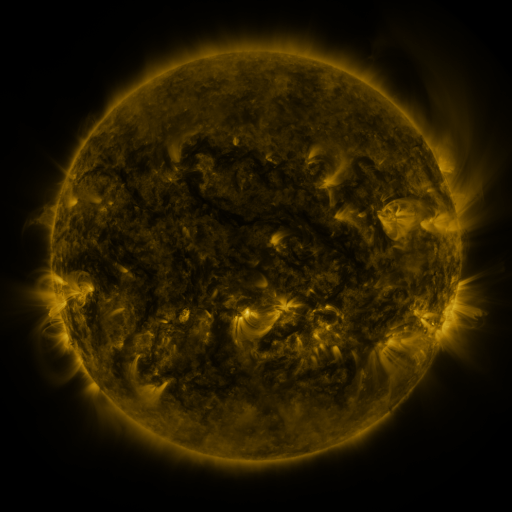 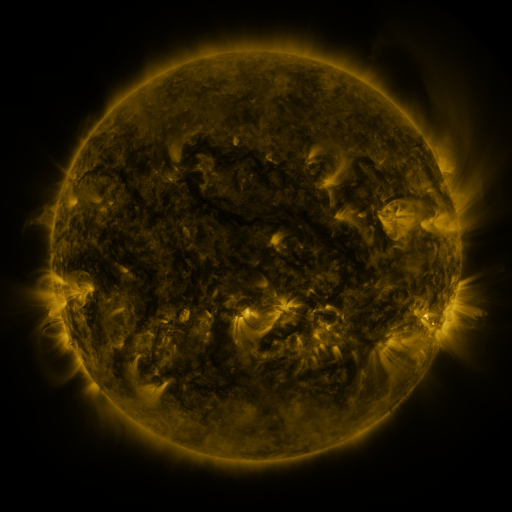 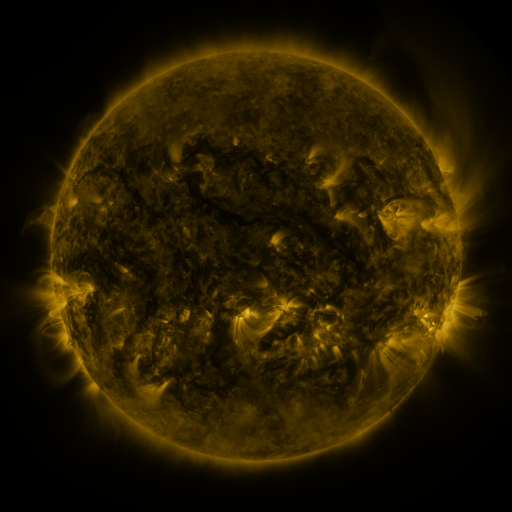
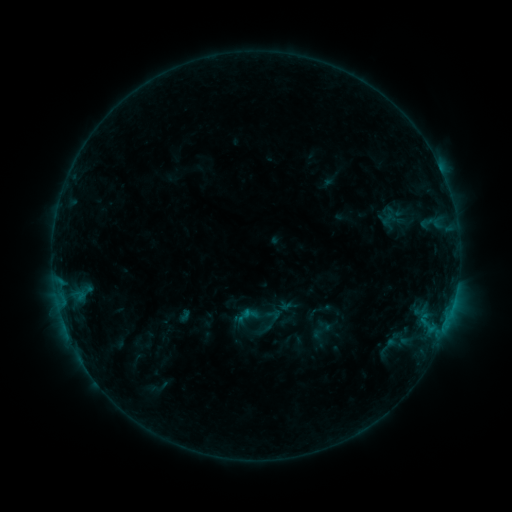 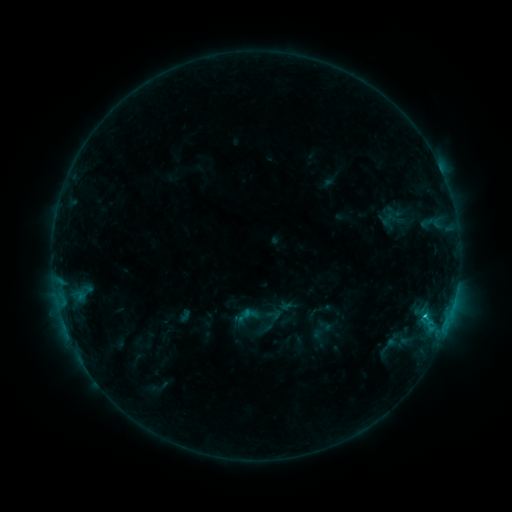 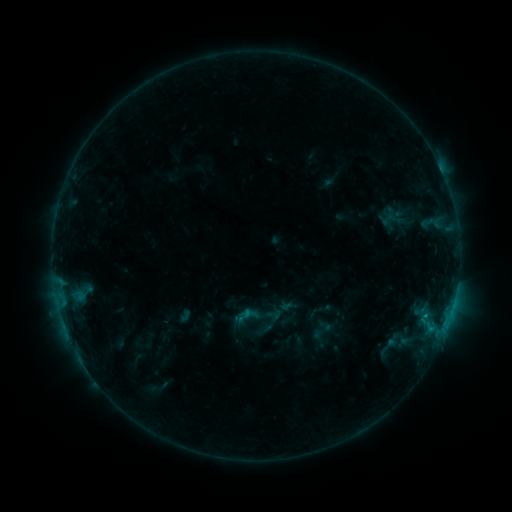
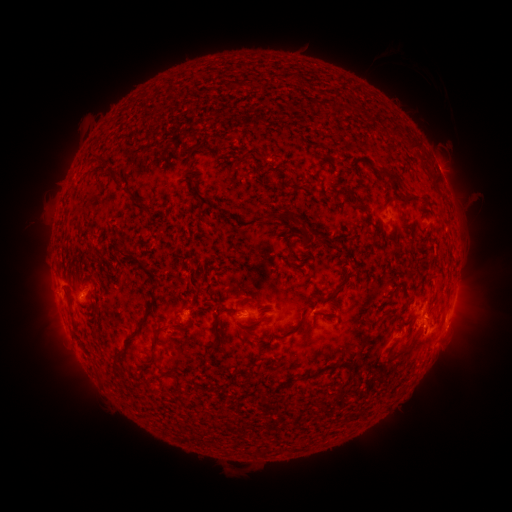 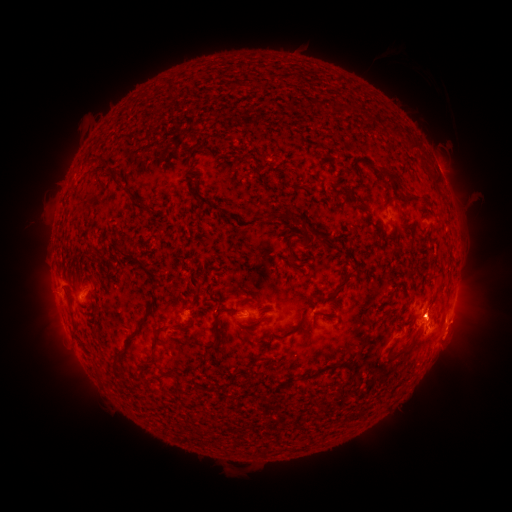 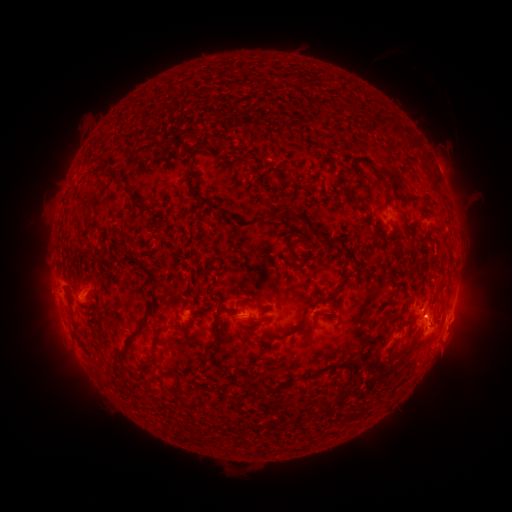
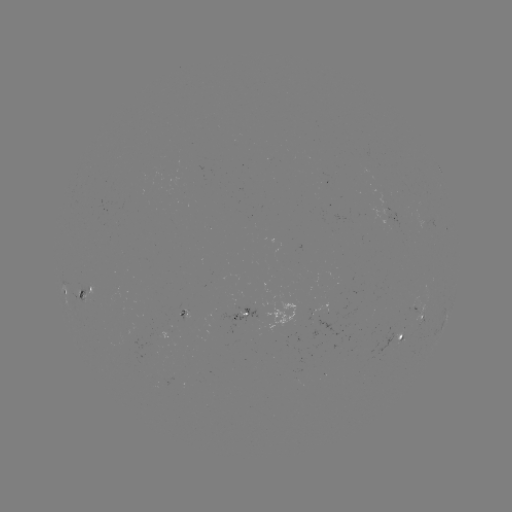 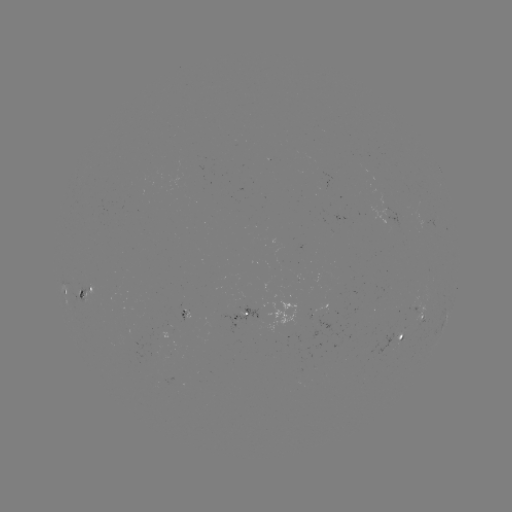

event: flare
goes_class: B7.8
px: (425, 315)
